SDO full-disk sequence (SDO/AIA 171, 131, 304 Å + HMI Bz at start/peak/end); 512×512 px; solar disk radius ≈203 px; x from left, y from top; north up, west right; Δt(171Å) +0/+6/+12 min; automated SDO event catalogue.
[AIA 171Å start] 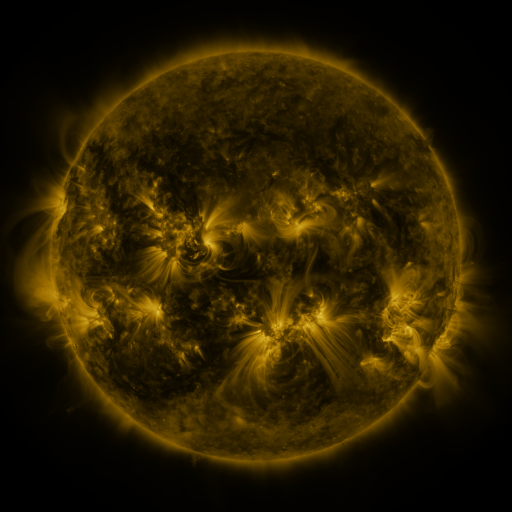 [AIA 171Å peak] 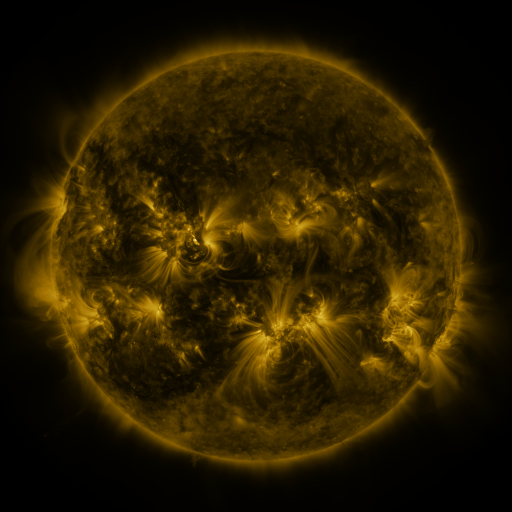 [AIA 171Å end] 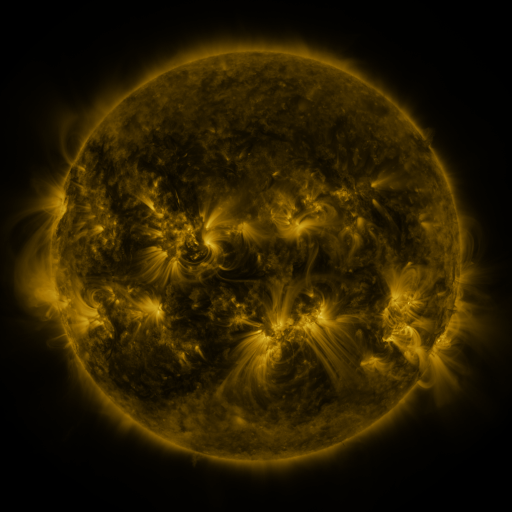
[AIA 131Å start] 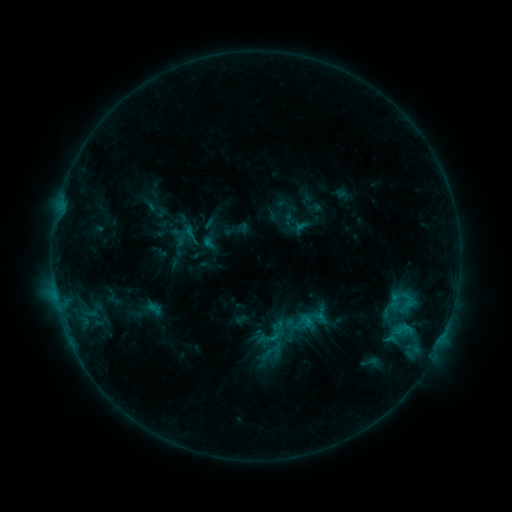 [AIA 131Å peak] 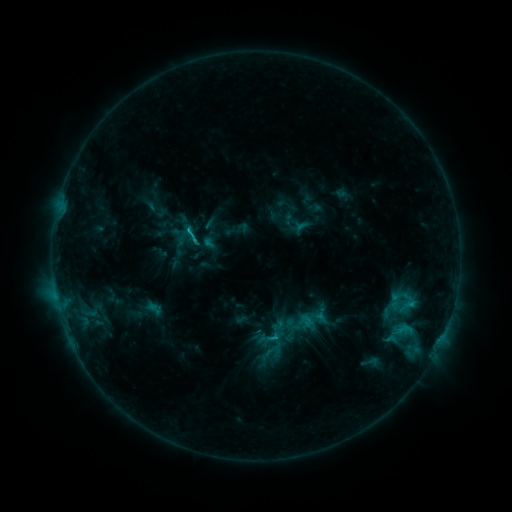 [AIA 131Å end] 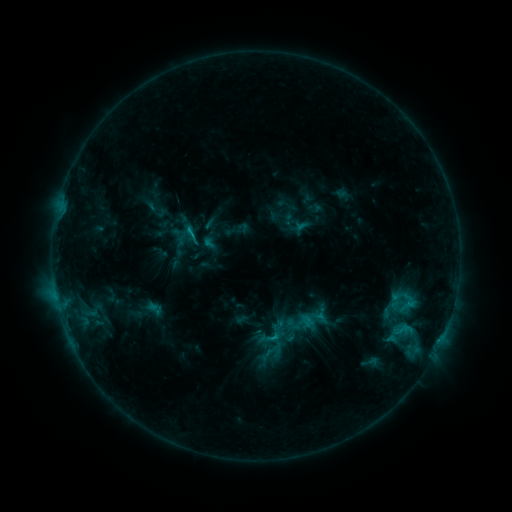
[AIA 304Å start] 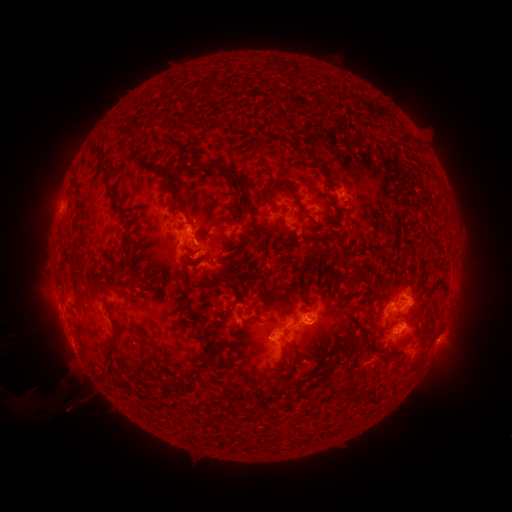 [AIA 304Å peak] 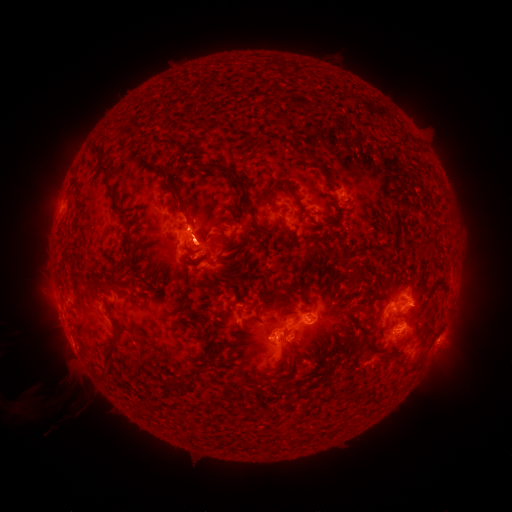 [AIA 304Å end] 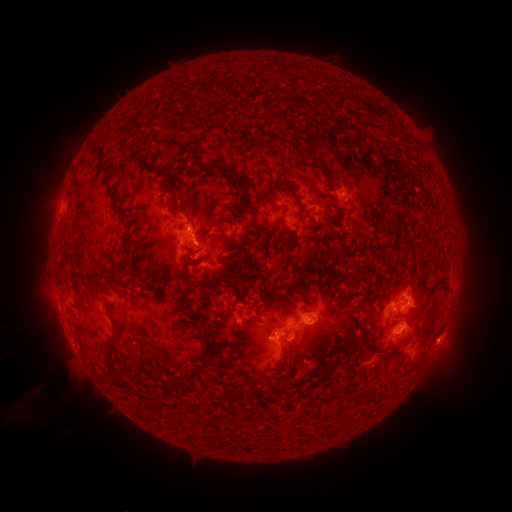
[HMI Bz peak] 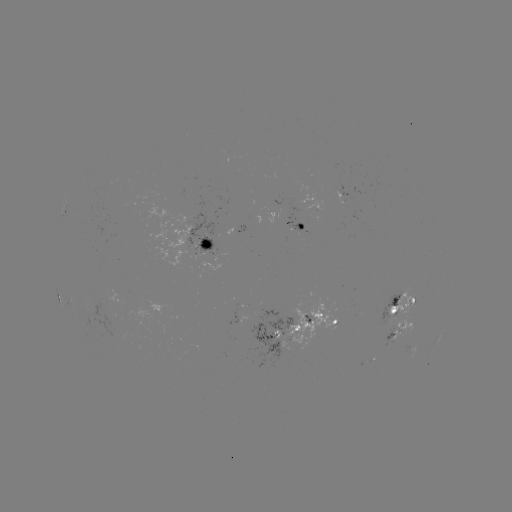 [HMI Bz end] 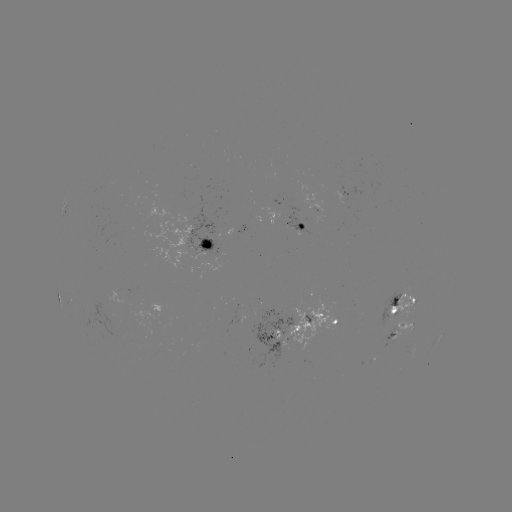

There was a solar flare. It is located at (190, 232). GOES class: C1.7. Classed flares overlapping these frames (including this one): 1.